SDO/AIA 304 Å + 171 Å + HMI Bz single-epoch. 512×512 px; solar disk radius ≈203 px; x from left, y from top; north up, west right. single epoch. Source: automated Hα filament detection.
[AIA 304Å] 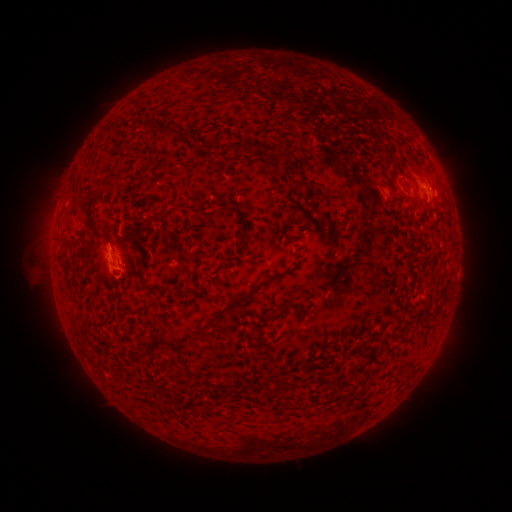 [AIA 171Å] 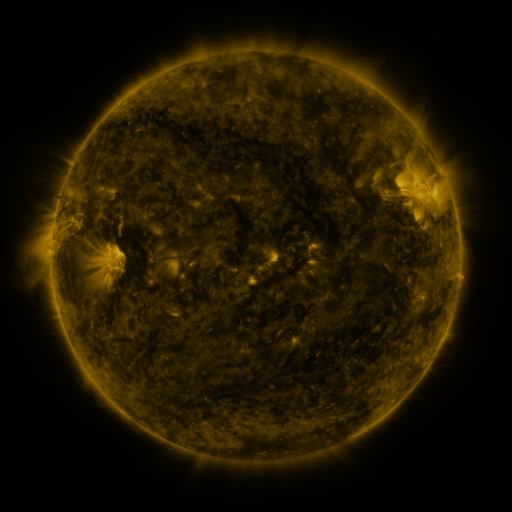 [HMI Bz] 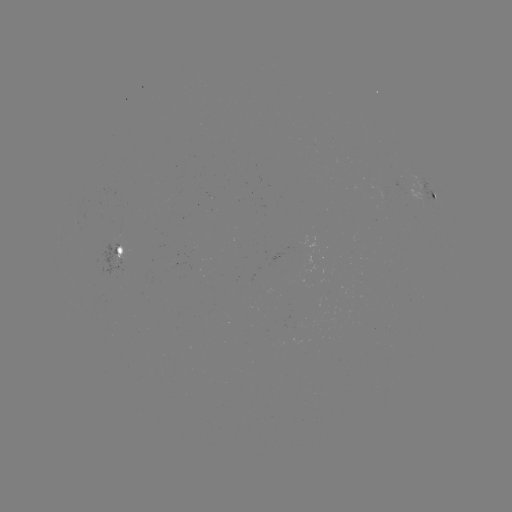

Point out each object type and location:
filament: (418, 173)
filament: (135, 188)
filament: (228, 209)
filament: (71, 212)
filament: (206, 218)
filament: (227, 307)
filament: (296, 309)
filament: (284, 333)
filament: (162, 340)
filament: (141, 354)
filament: (269, 393)
